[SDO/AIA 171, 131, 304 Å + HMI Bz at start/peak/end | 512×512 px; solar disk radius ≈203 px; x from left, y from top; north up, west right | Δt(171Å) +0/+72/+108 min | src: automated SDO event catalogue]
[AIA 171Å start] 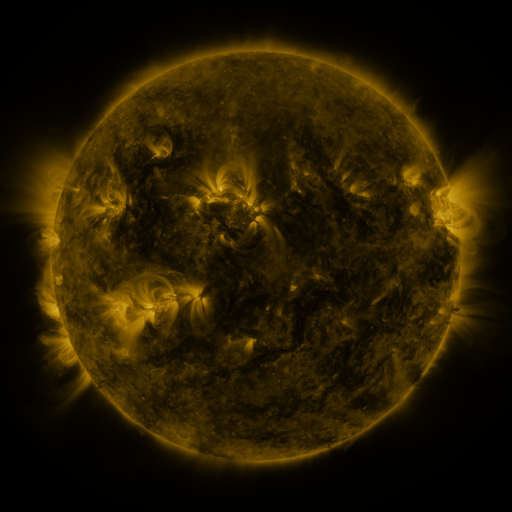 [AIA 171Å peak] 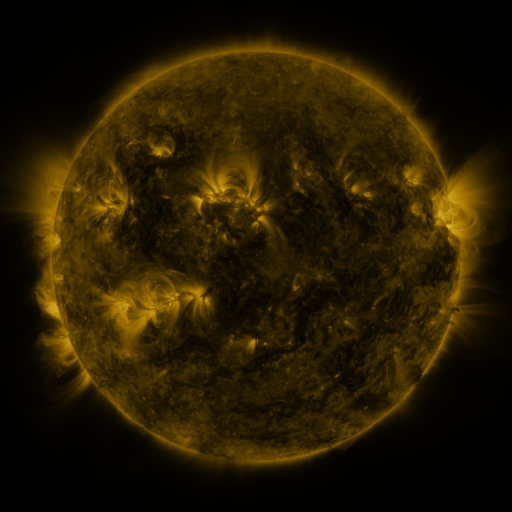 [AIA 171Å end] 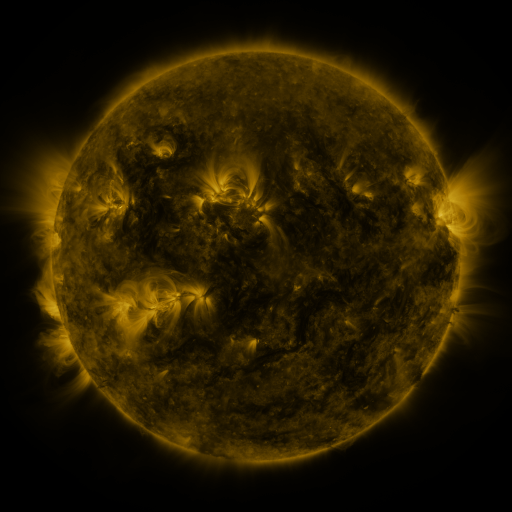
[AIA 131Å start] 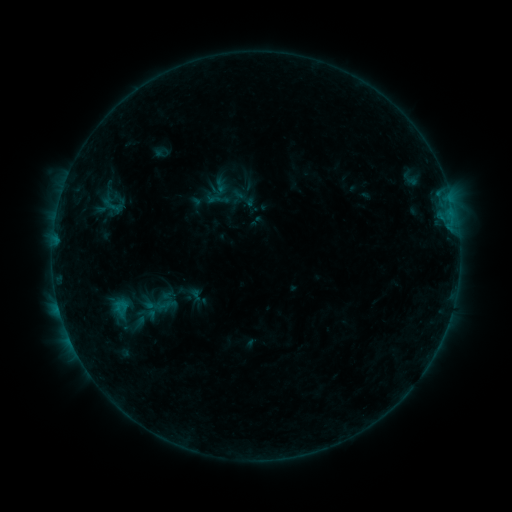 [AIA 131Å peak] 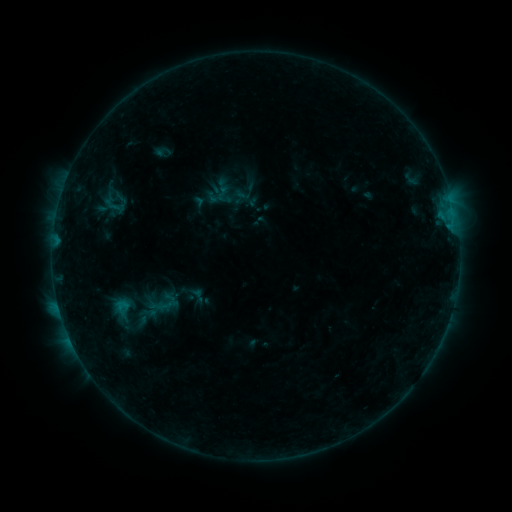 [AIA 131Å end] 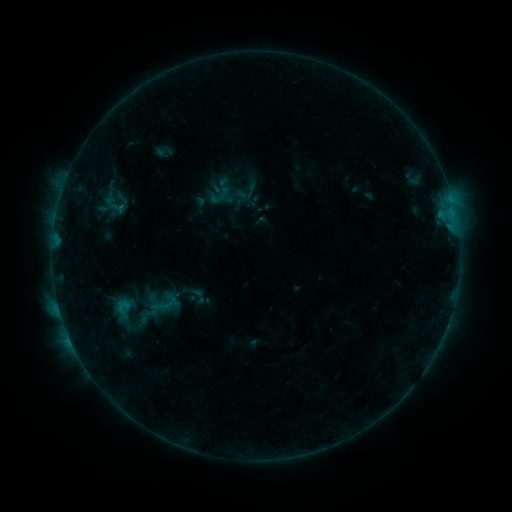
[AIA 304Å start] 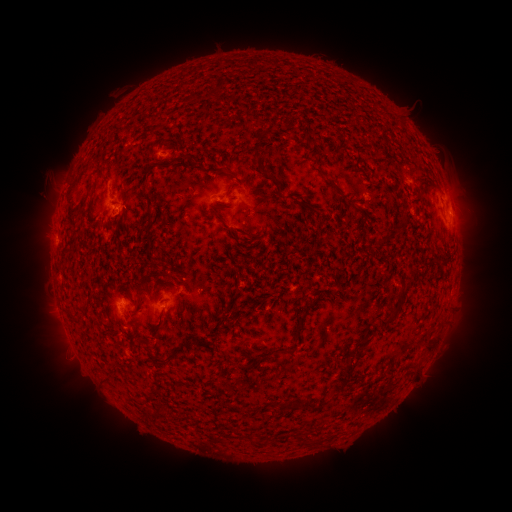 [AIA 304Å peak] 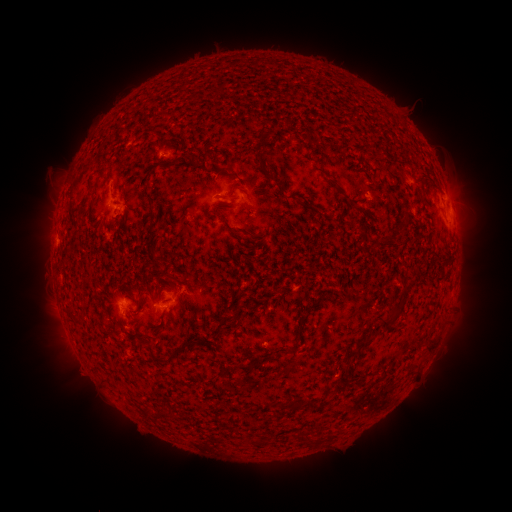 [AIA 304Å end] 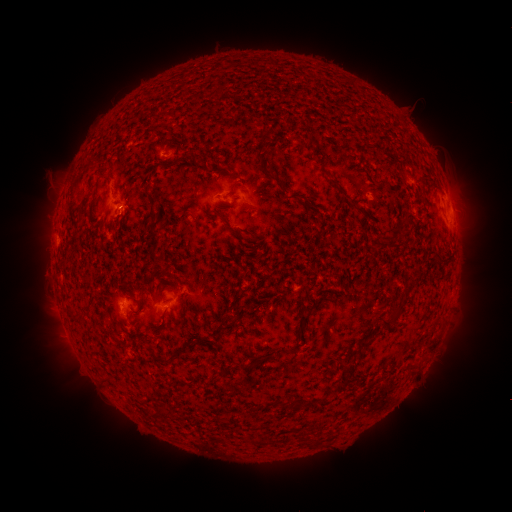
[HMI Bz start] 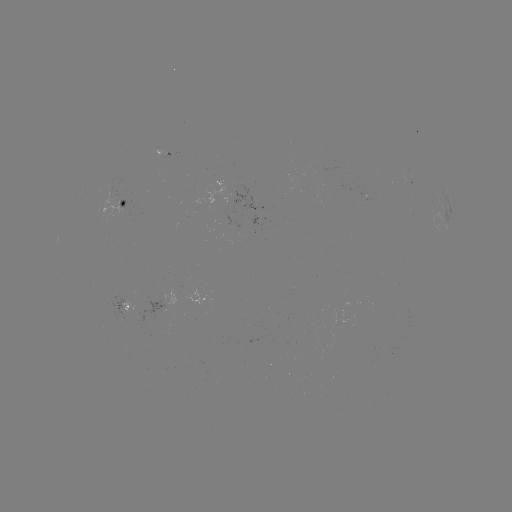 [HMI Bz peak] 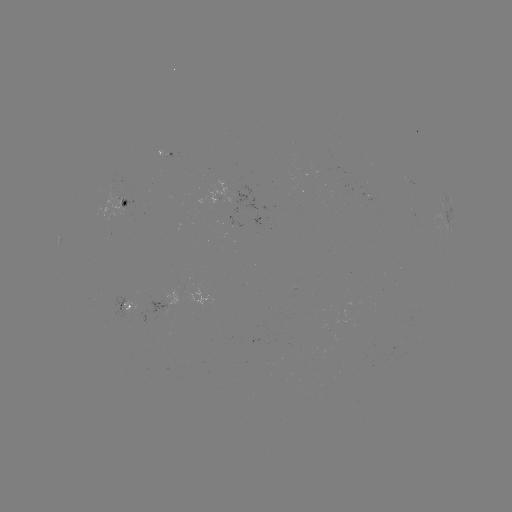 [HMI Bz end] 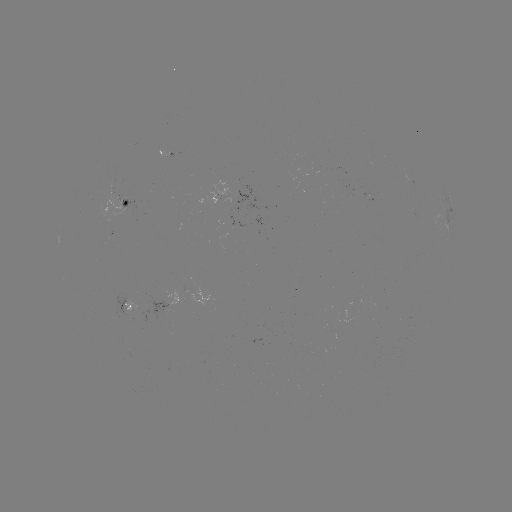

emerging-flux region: [97, 185, 122, 217]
